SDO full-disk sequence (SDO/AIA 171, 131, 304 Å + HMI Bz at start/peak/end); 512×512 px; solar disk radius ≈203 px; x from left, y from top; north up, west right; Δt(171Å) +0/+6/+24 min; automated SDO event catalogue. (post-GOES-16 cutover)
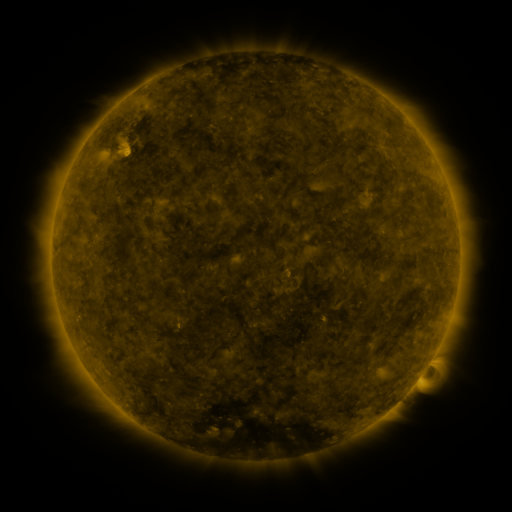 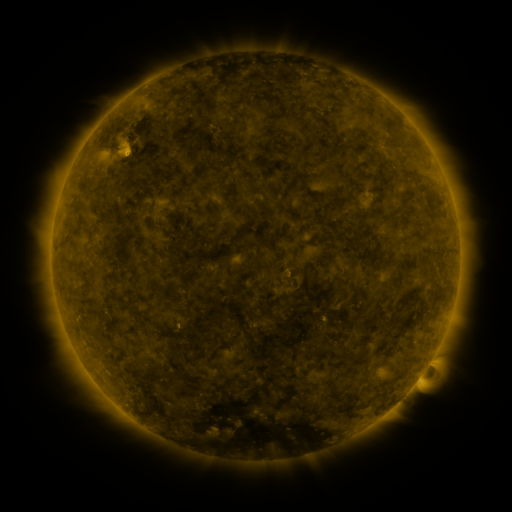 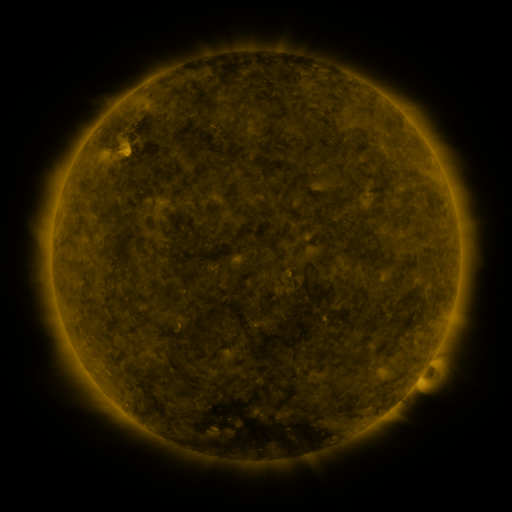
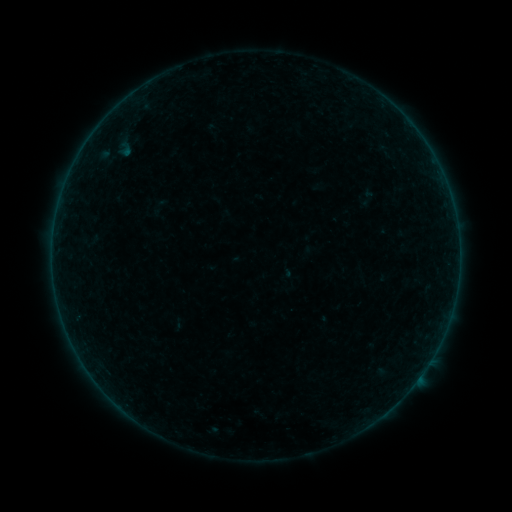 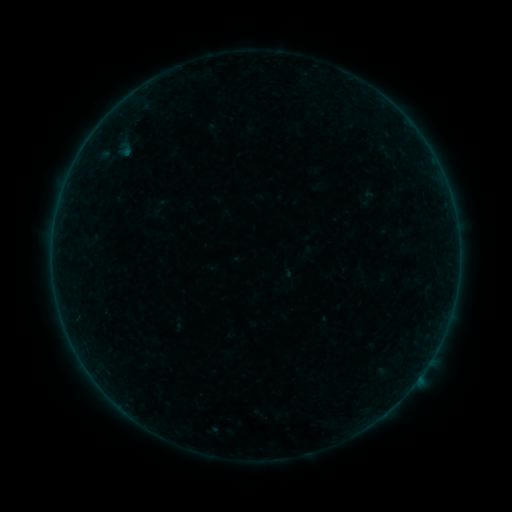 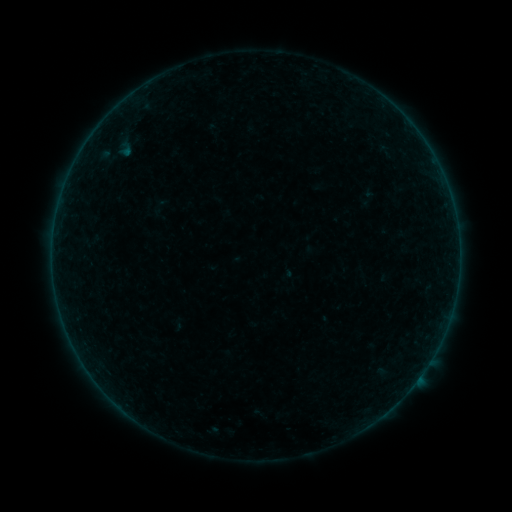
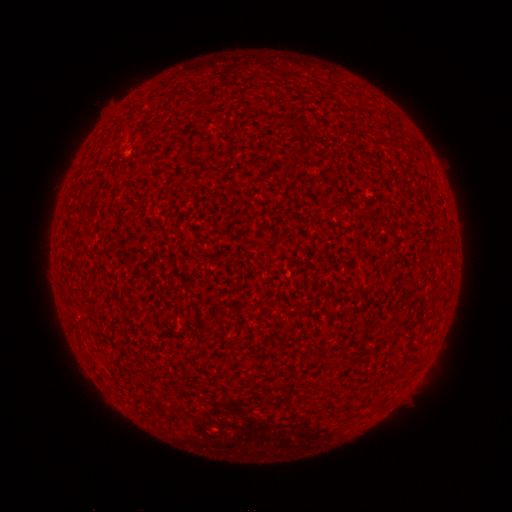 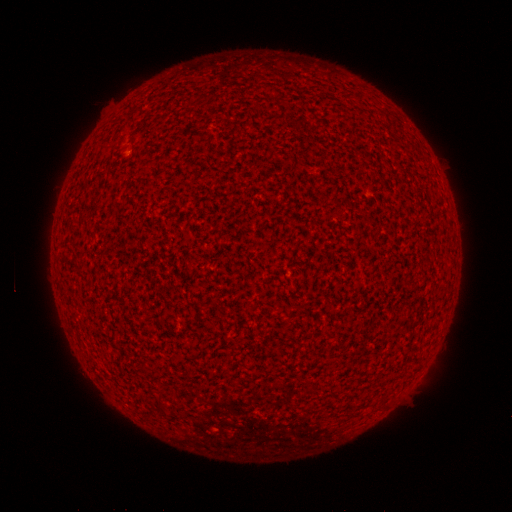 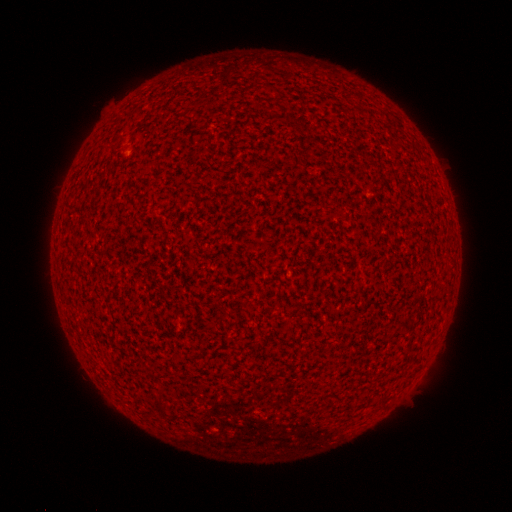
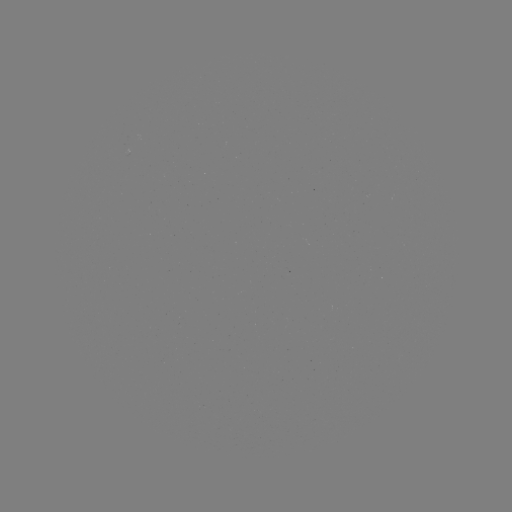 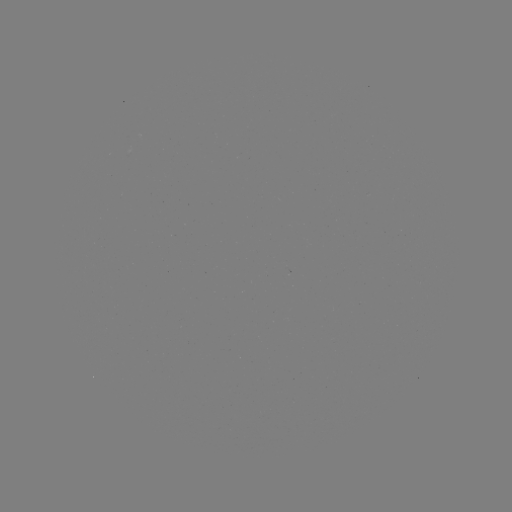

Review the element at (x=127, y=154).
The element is A1.5 flare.